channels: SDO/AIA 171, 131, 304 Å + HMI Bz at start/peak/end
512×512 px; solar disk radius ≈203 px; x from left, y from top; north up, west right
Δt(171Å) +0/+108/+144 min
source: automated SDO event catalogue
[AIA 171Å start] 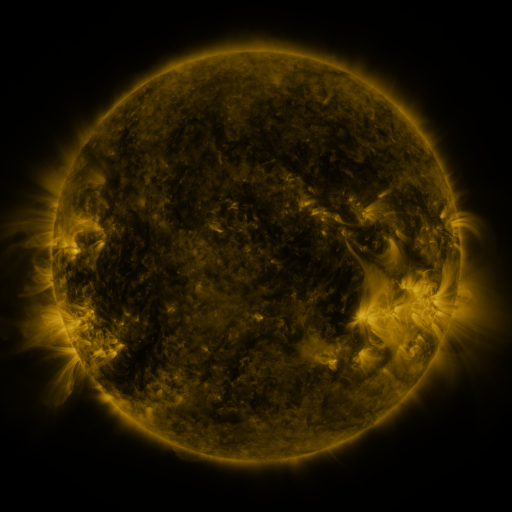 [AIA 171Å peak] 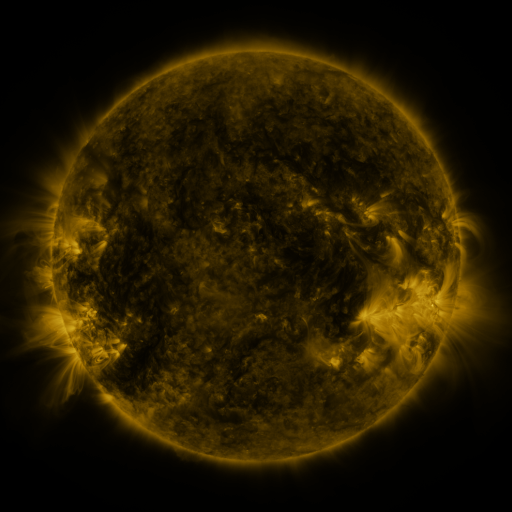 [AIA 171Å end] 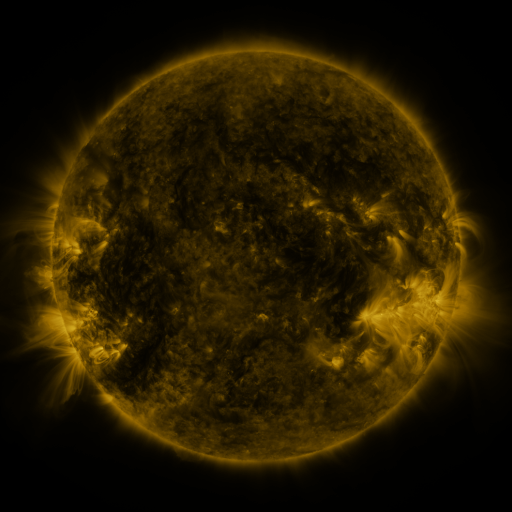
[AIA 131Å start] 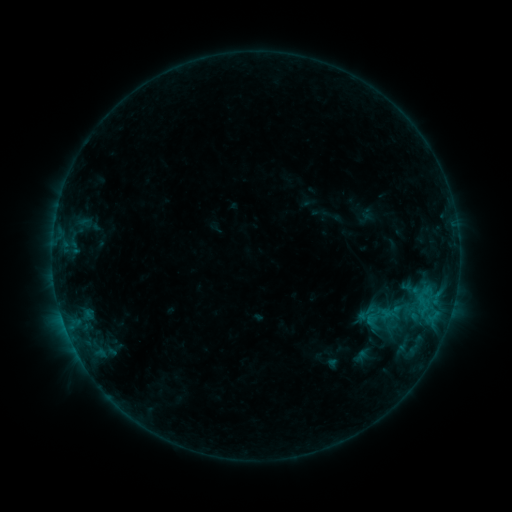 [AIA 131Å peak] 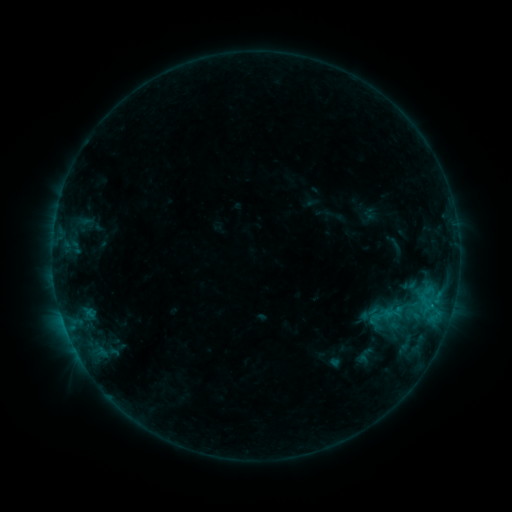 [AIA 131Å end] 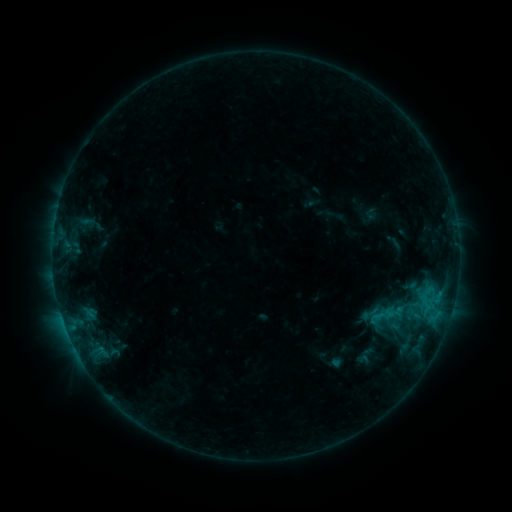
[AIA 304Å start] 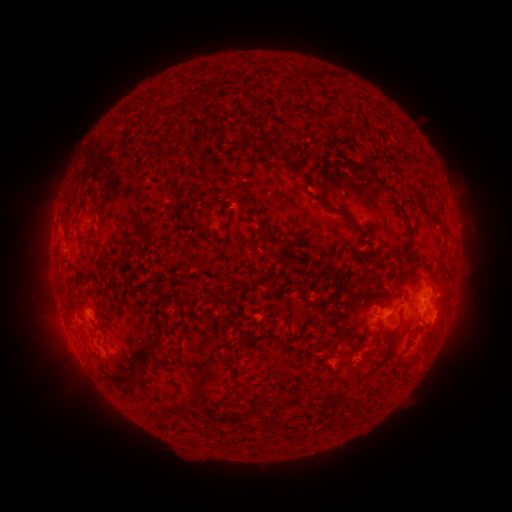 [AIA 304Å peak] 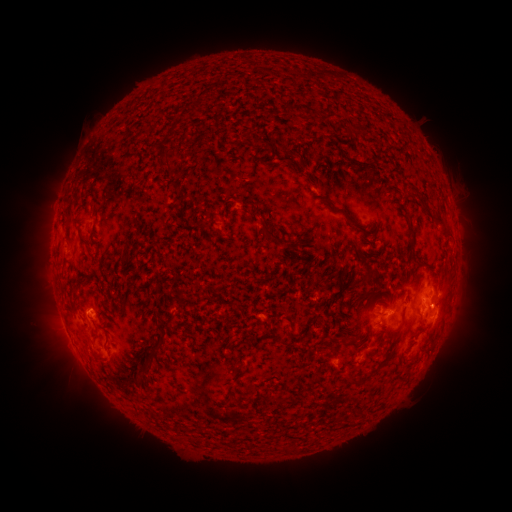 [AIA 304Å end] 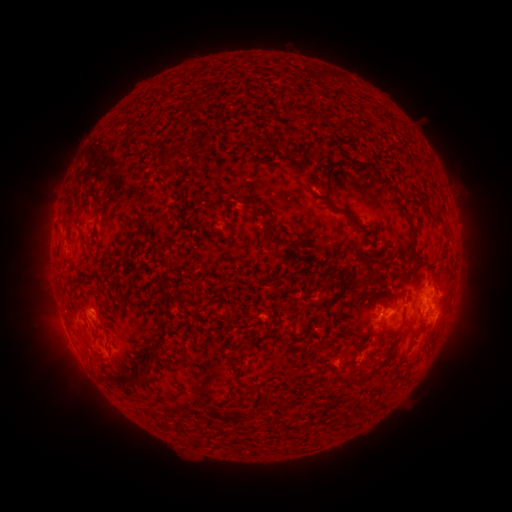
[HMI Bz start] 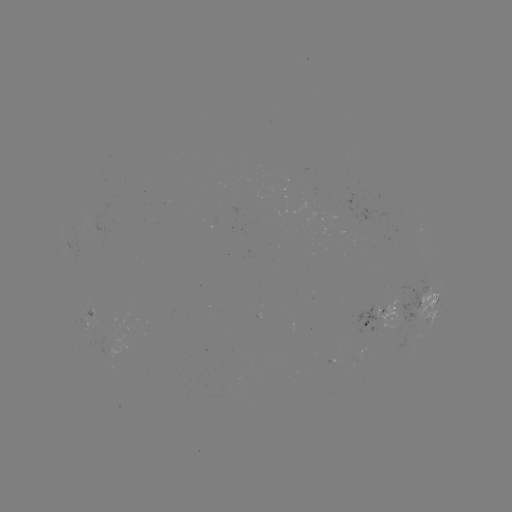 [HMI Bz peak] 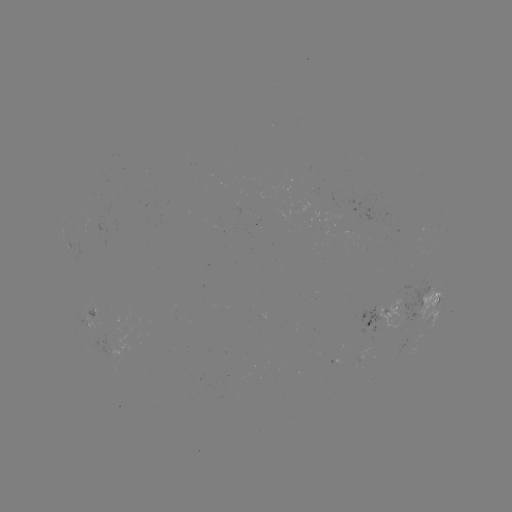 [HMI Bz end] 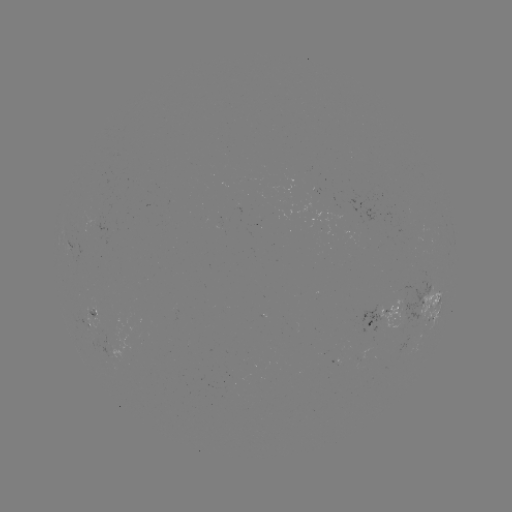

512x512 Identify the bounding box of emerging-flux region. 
[85, 296, 97, 317].